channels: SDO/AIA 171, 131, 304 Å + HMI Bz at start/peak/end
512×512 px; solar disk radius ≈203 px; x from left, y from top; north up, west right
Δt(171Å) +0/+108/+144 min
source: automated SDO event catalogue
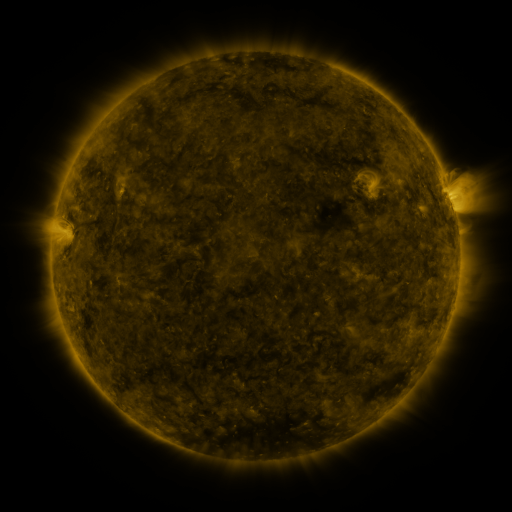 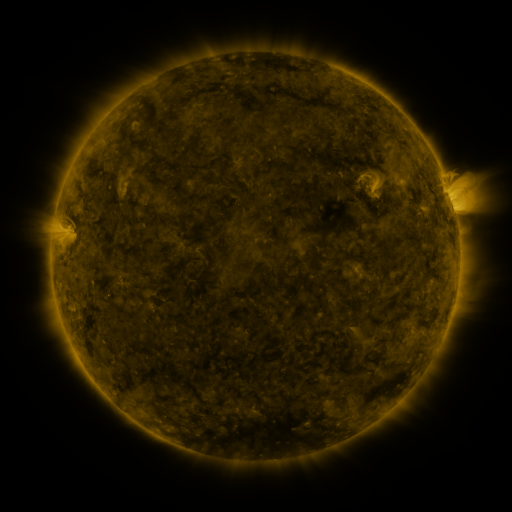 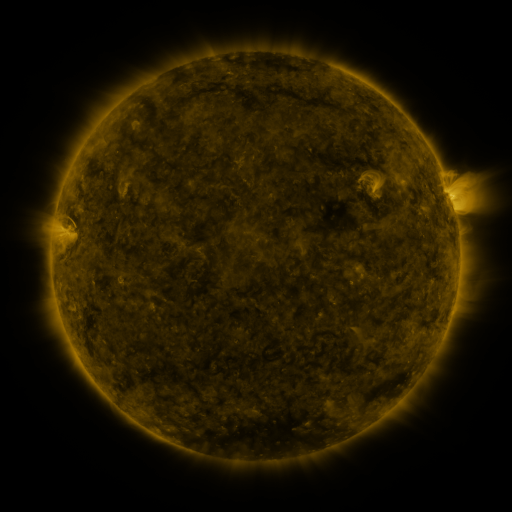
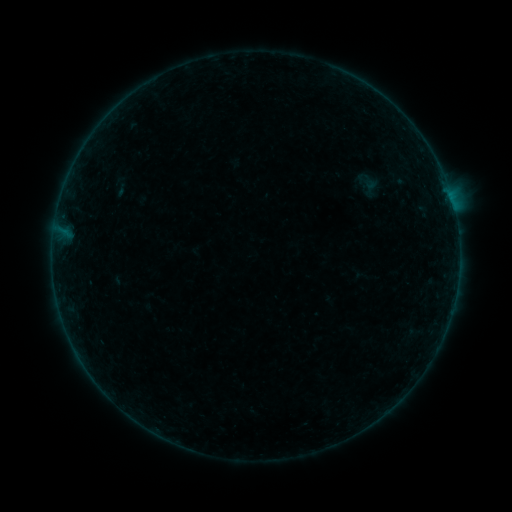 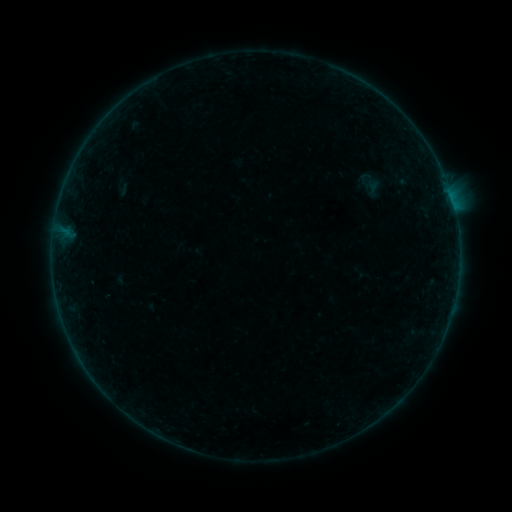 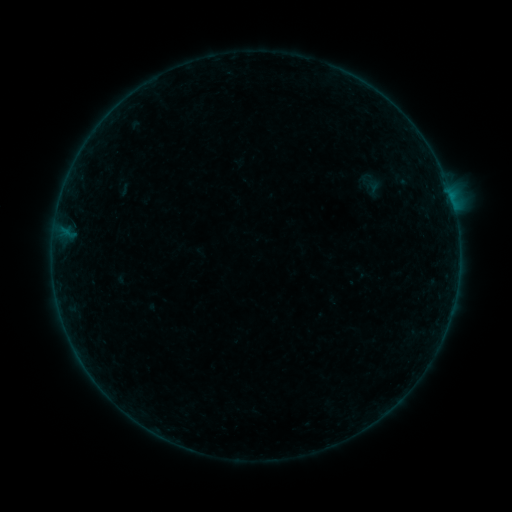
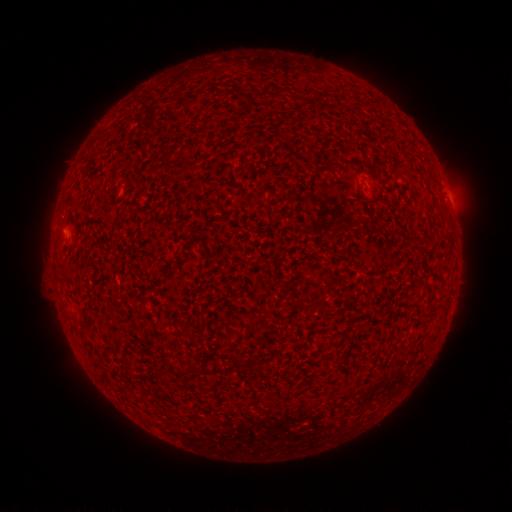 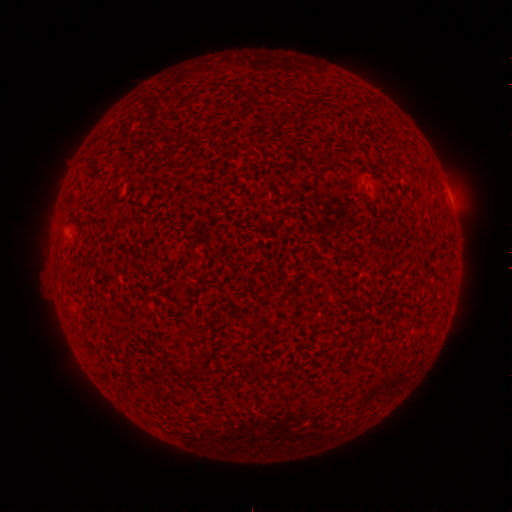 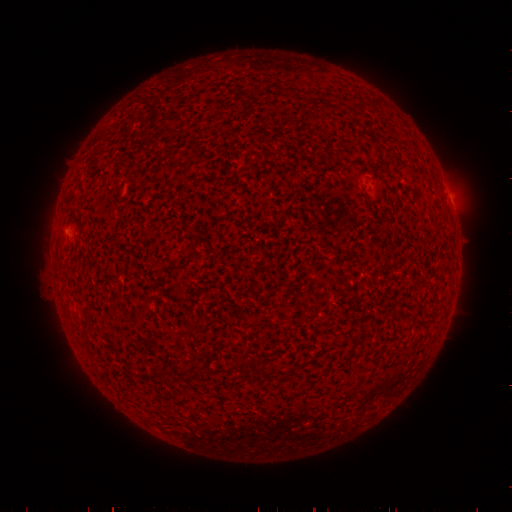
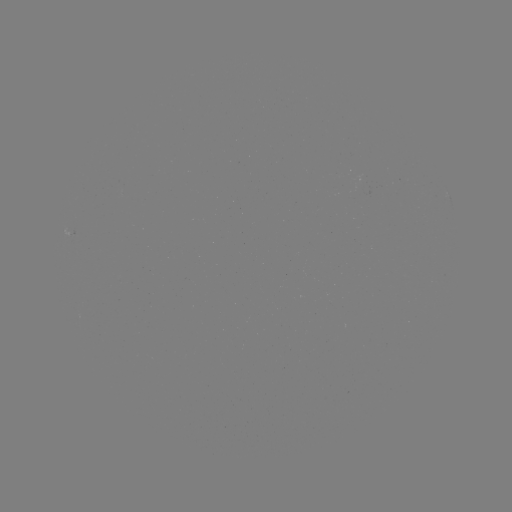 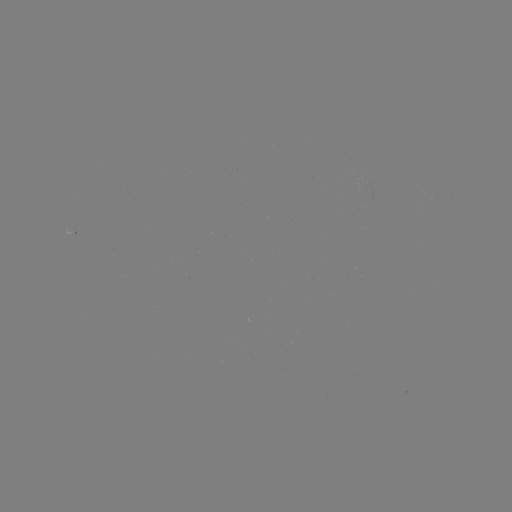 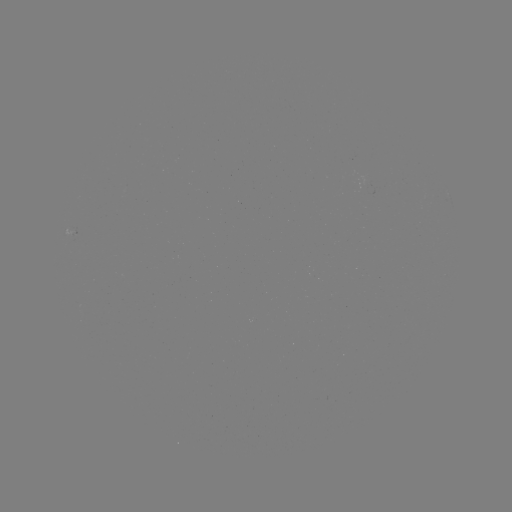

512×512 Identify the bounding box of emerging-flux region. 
[356, 174, 370, 186].